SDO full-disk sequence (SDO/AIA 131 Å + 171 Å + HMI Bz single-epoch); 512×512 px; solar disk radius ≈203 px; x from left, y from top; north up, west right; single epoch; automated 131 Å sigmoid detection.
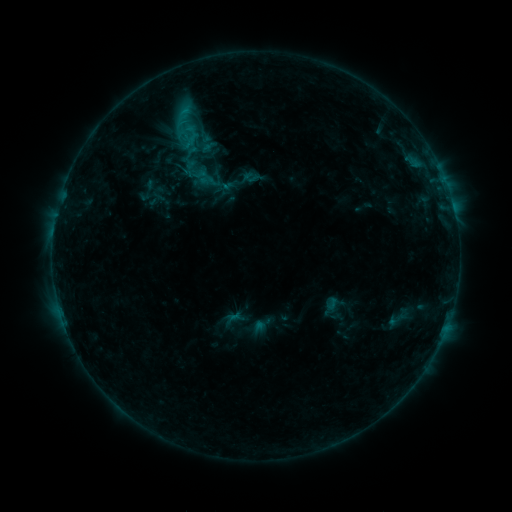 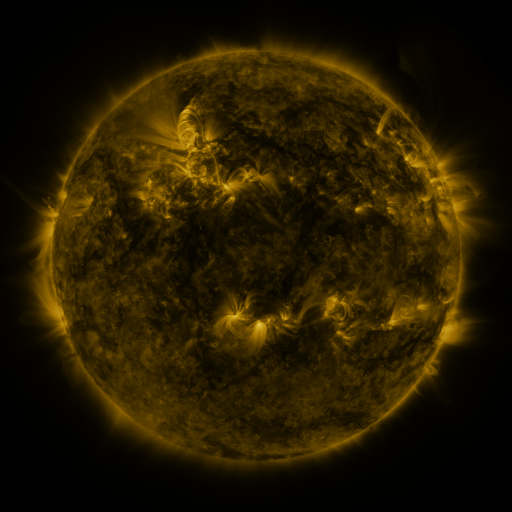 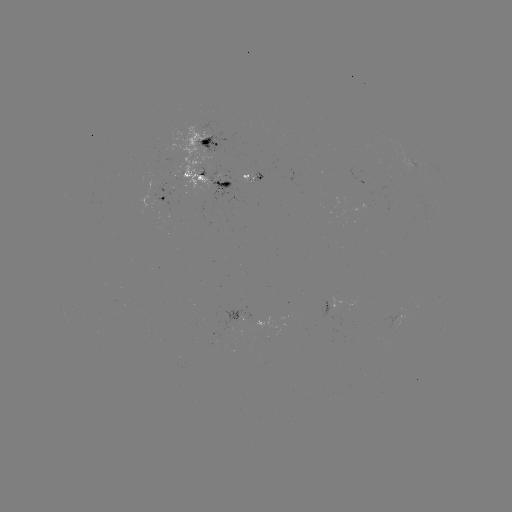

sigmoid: <bbox>387, 308, 408, 332</bbox>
